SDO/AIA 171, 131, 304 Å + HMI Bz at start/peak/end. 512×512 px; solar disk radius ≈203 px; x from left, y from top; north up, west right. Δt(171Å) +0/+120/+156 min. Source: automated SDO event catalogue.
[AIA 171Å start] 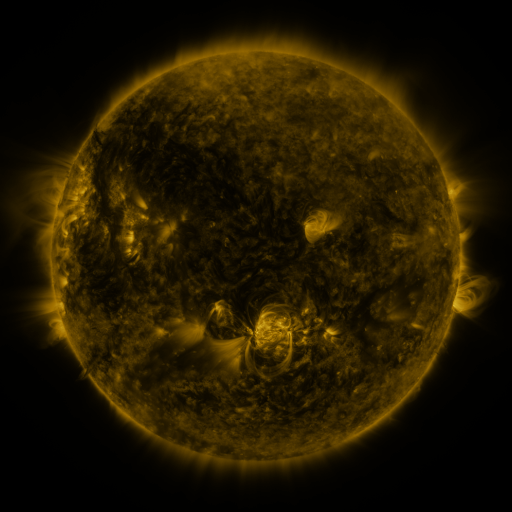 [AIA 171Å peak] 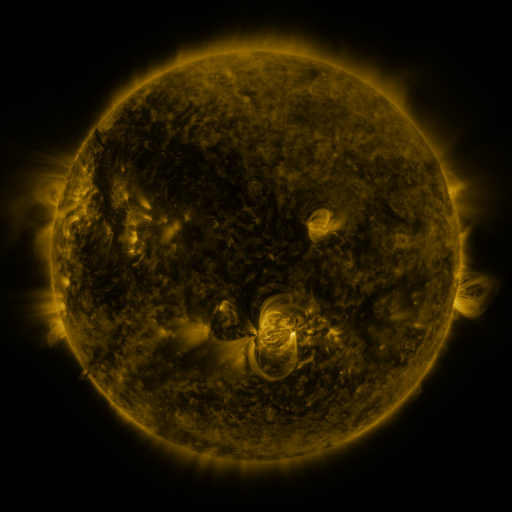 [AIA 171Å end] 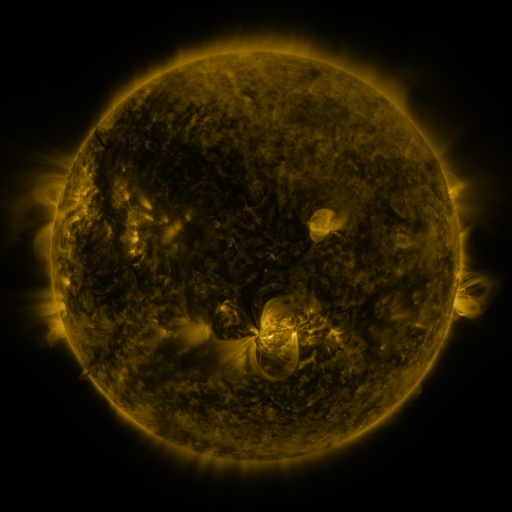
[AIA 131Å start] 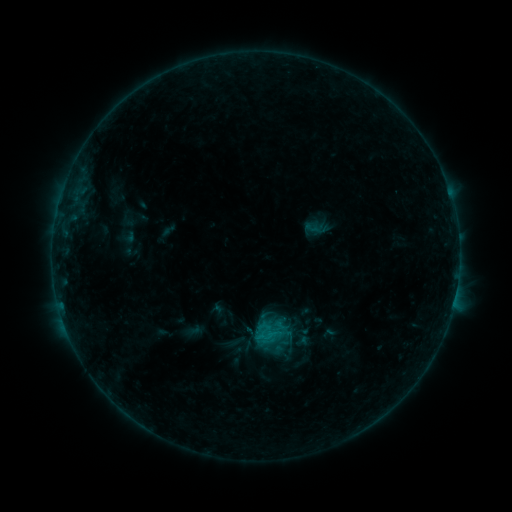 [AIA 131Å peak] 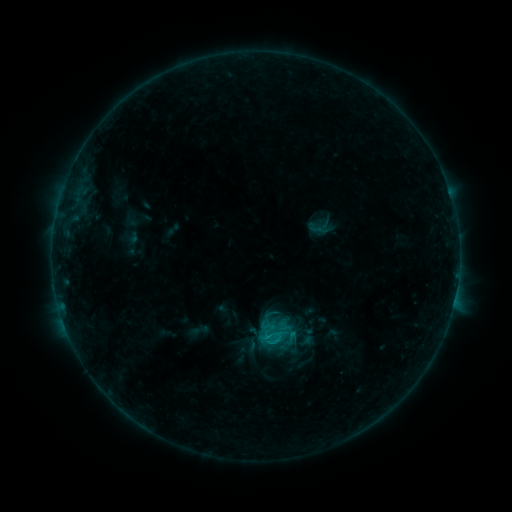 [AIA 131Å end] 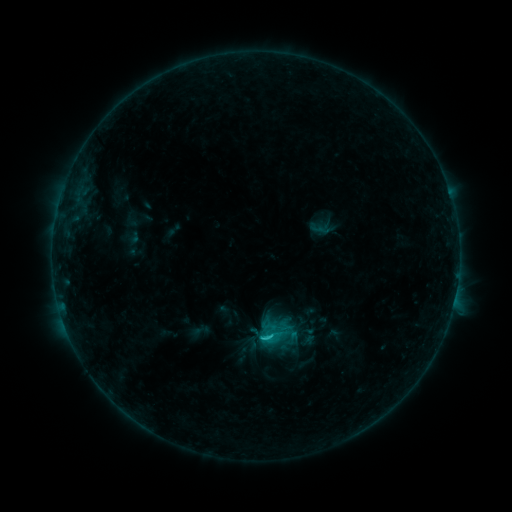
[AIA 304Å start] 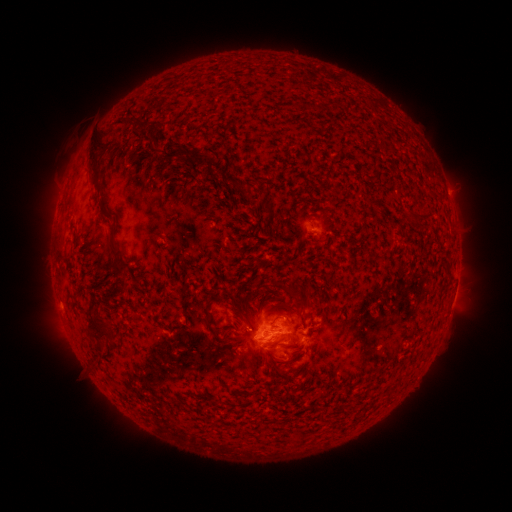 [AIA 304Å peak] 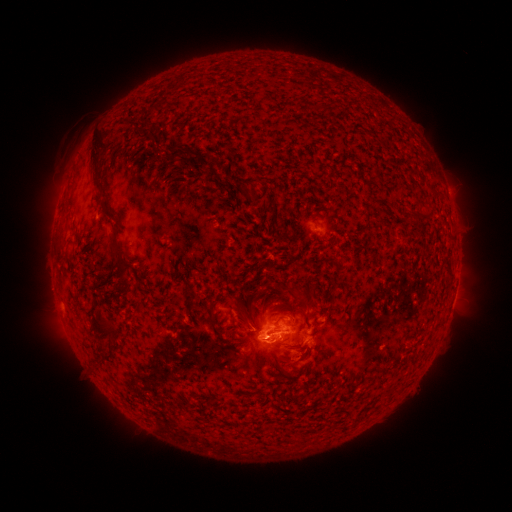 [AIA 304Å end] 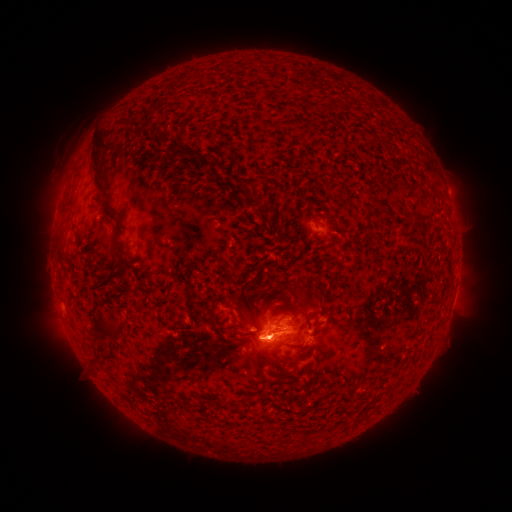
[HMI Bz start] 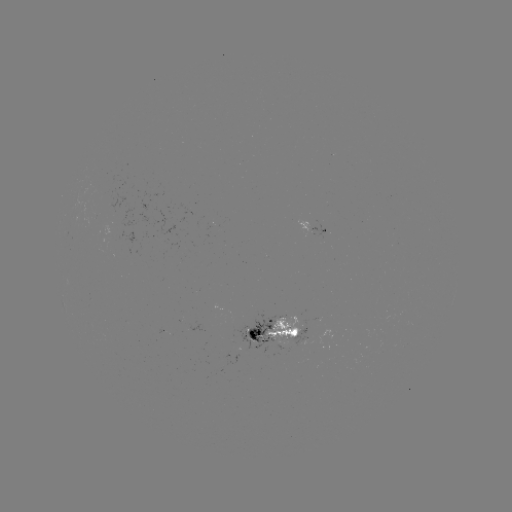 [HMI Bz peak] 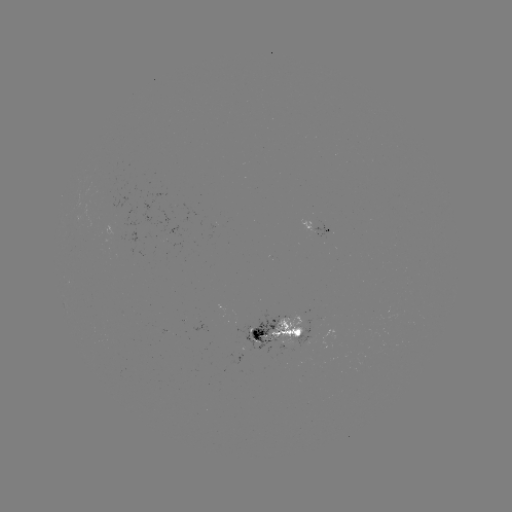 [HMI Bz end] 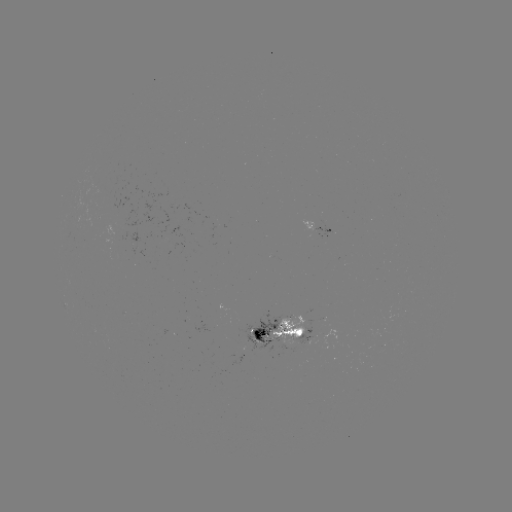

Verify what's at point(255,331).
emerging-flux region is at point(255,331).